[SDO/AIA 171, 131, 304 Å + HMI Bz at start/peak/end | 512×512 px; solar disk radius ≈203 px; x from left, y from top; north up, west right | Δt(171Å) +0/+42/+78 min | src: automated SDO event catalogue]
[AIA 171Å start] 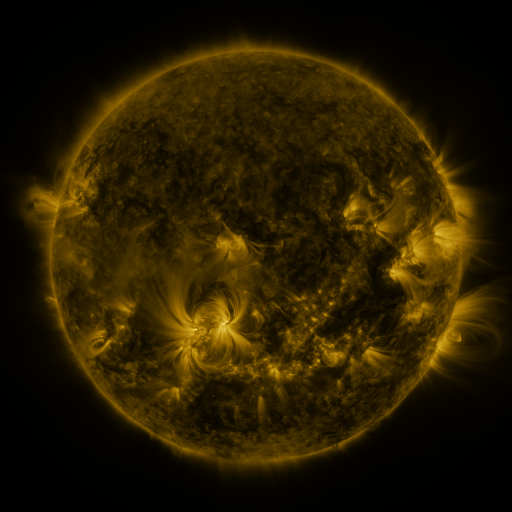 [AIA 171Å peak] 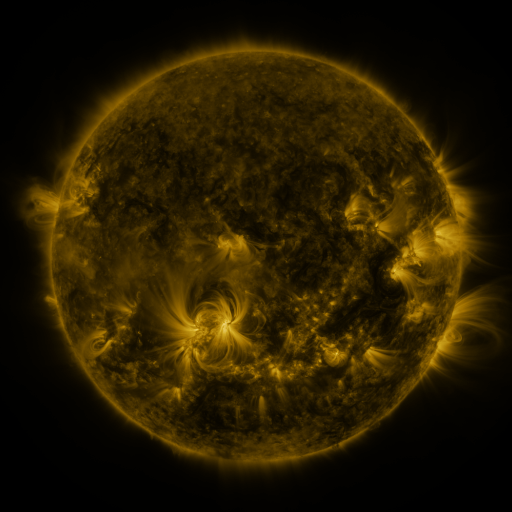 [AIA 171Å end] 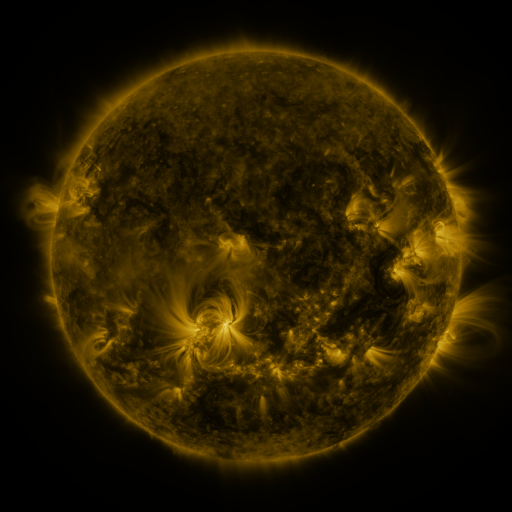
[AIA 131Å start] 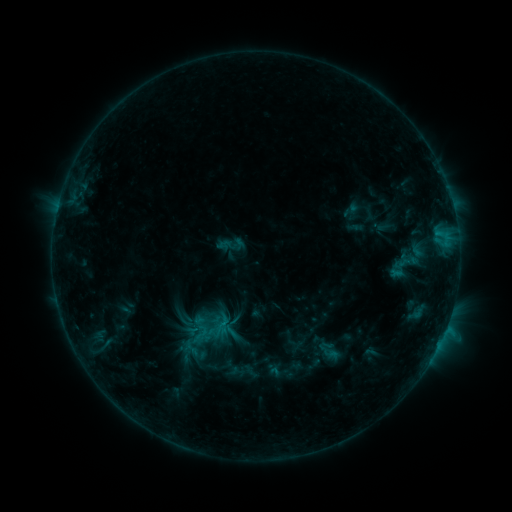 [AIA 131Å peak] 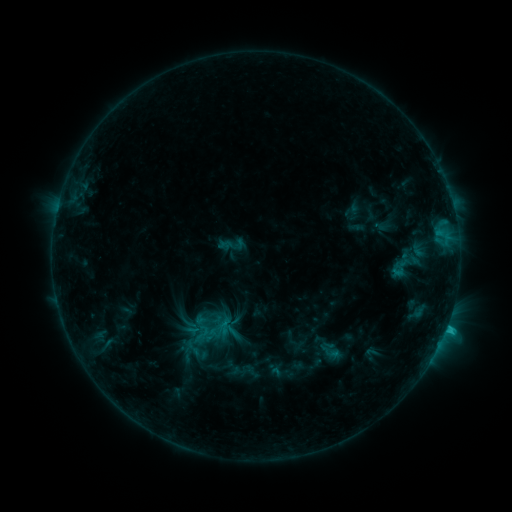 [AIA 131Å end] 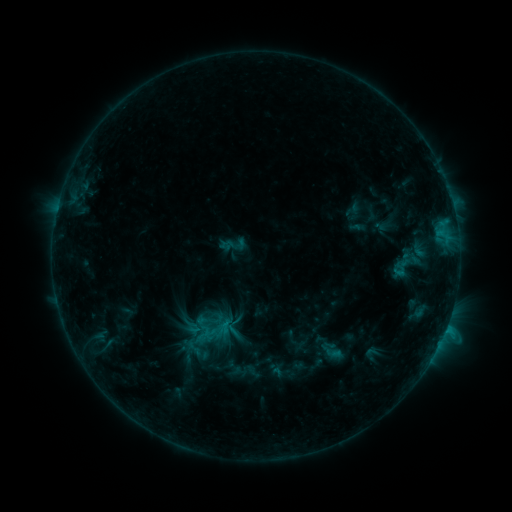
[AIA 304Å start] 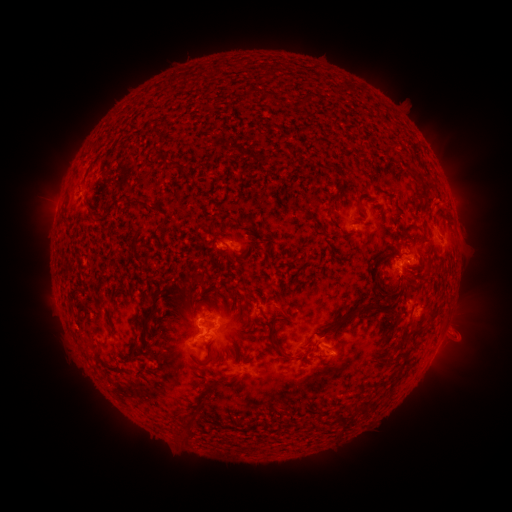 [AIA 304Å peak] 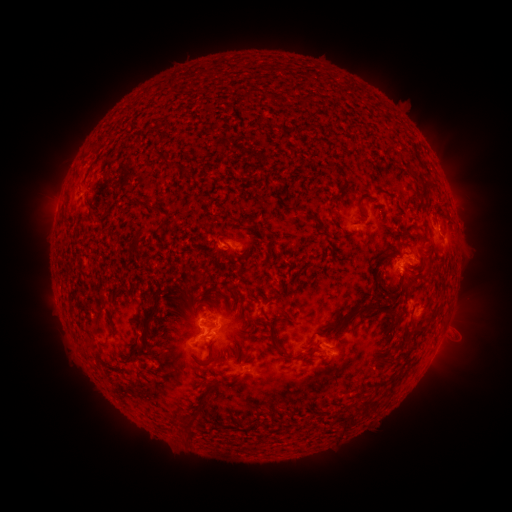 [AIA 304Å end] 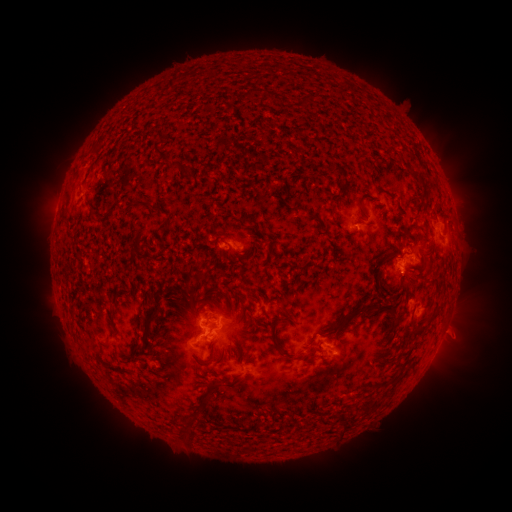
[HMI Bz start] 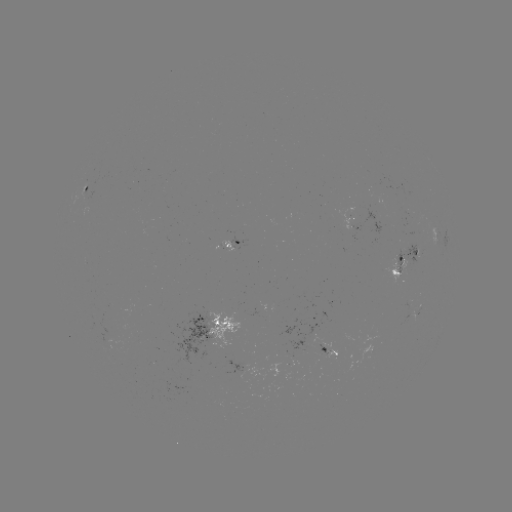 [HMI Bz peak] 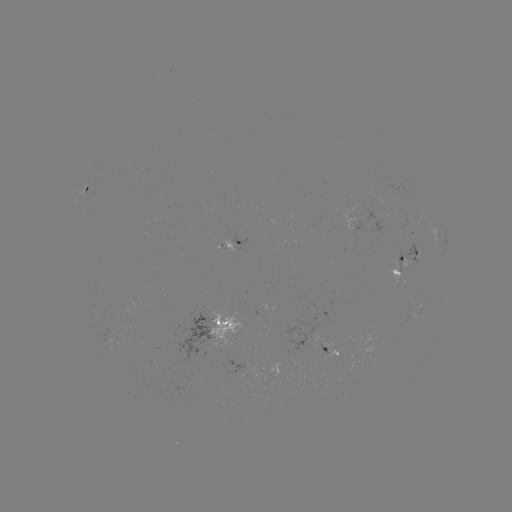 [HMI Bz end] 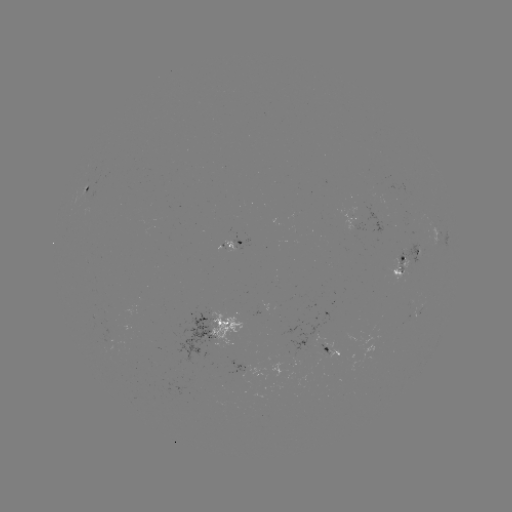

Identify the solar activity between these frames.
C1.5 flare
